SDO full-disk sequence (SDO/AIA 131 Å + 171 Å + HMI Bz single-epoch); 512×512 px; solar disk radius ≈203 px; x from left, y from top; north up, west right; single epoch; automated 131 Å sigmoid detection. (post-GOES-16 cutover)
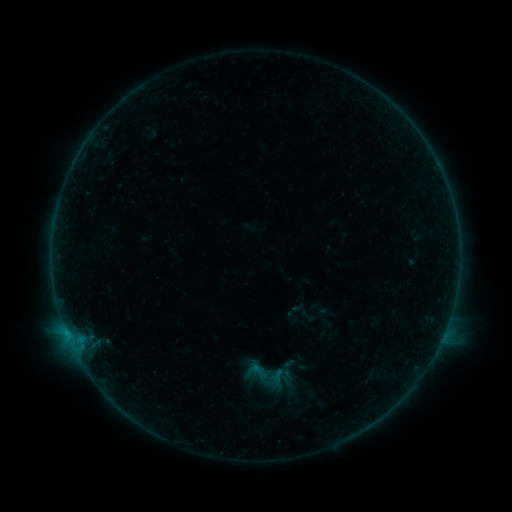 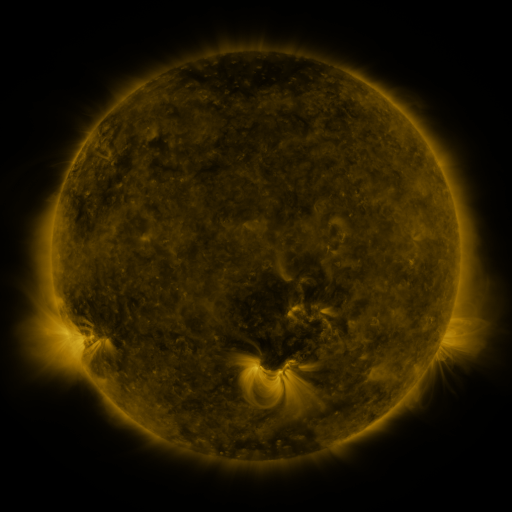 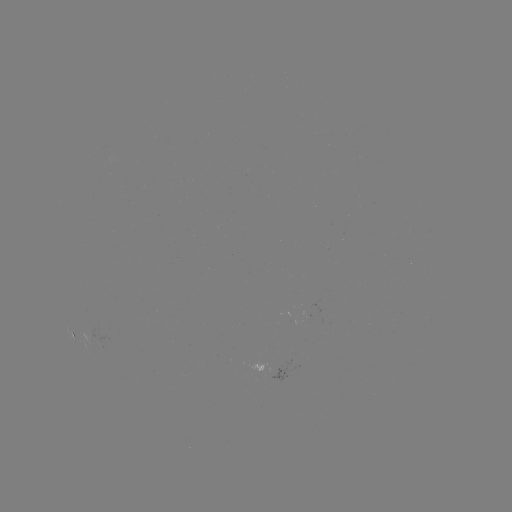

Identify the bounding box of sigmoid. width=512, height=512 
[239, 351, 286, 396].